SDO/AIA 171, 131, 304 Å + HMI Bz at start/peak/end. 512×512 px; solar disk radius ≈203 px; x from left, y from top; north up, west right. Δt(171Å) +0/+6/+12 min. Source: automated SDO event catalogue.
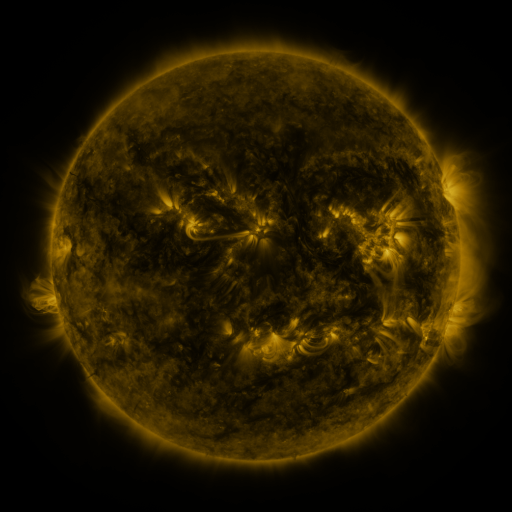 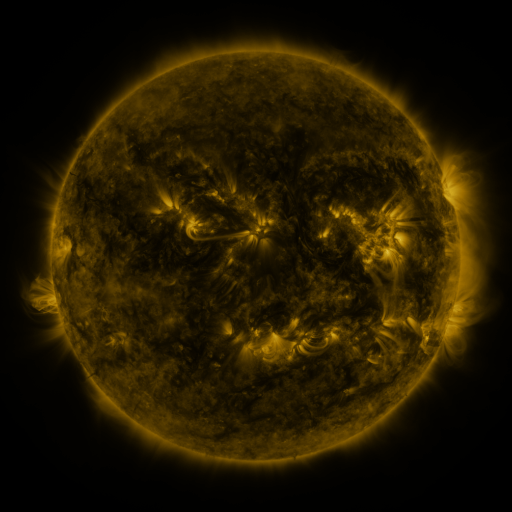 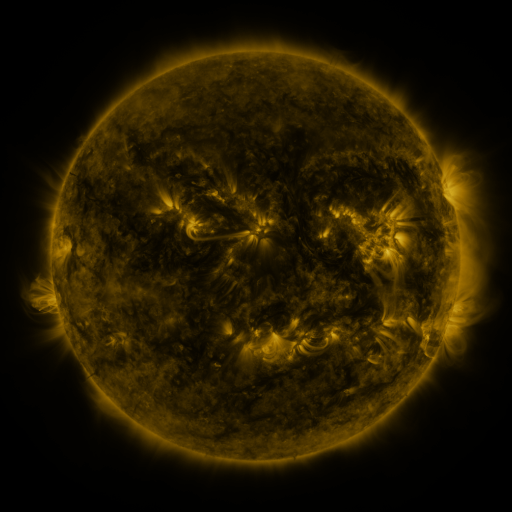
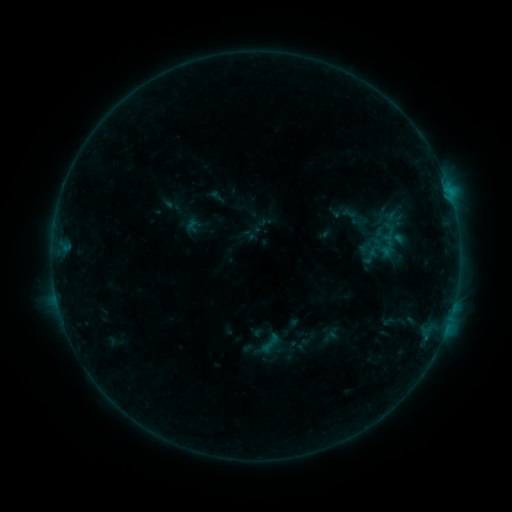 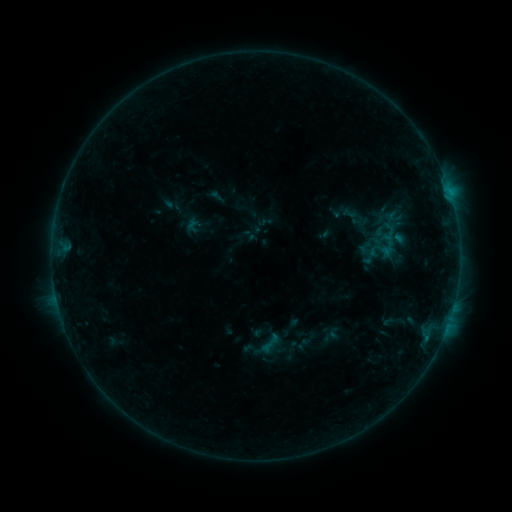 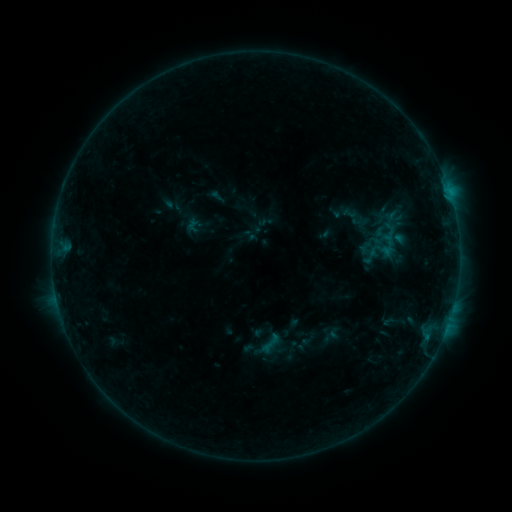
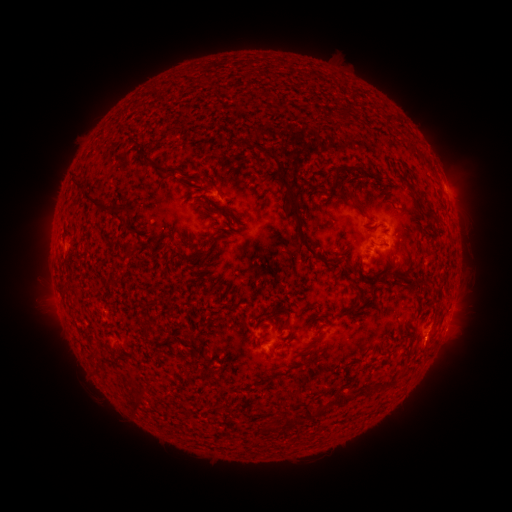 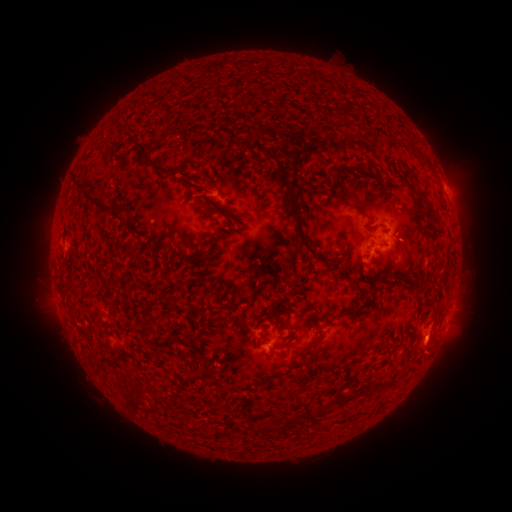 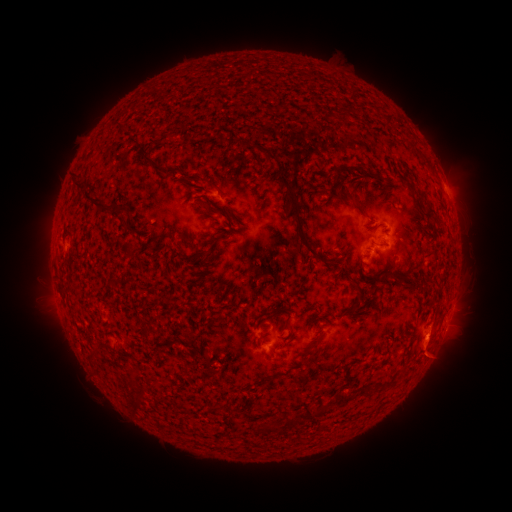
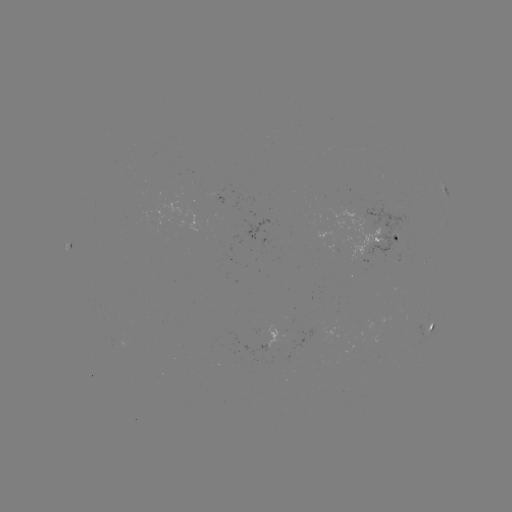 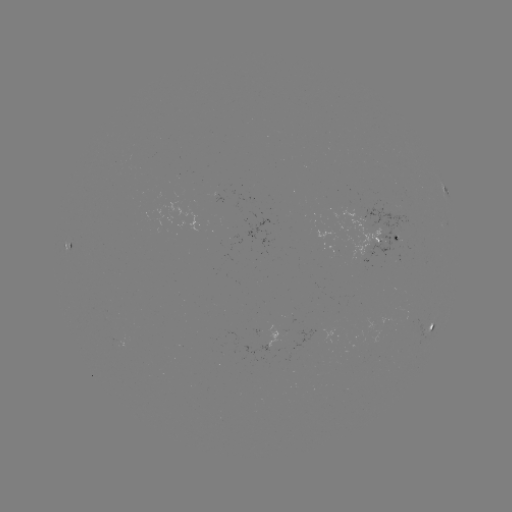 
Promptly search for eruption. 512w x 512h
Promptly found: (432, 348).